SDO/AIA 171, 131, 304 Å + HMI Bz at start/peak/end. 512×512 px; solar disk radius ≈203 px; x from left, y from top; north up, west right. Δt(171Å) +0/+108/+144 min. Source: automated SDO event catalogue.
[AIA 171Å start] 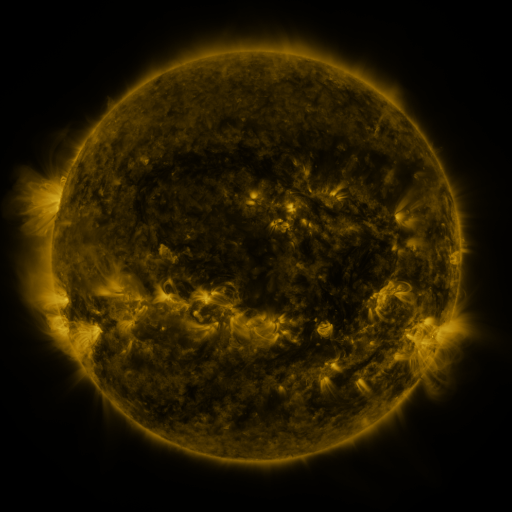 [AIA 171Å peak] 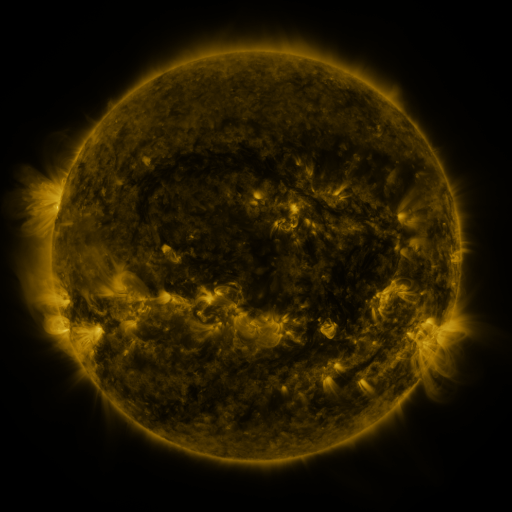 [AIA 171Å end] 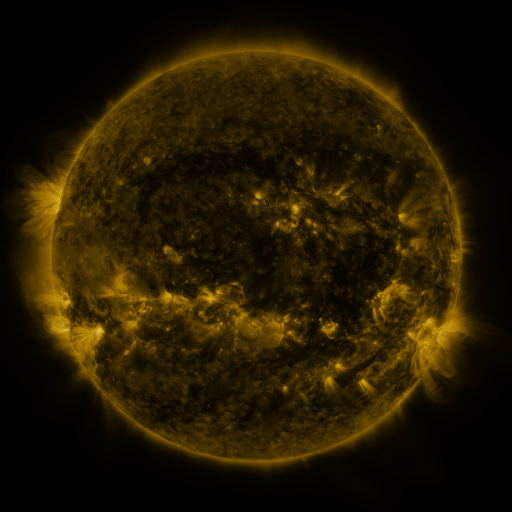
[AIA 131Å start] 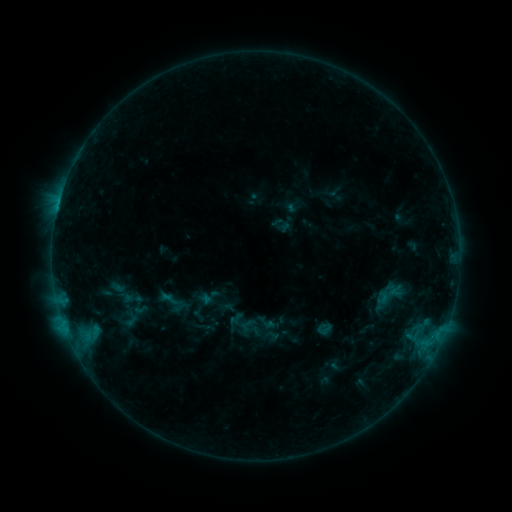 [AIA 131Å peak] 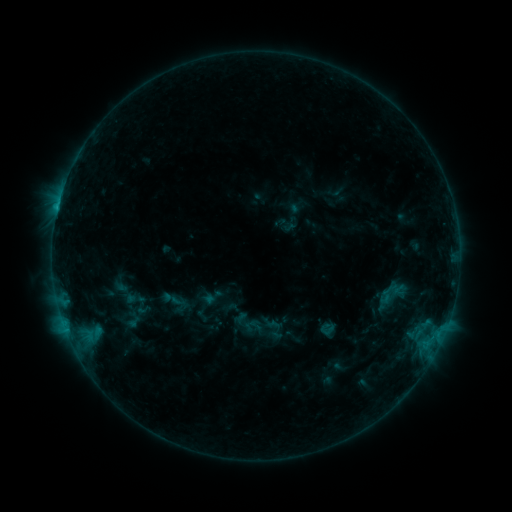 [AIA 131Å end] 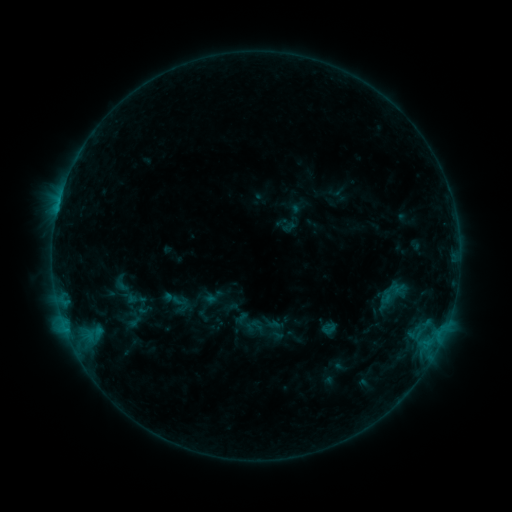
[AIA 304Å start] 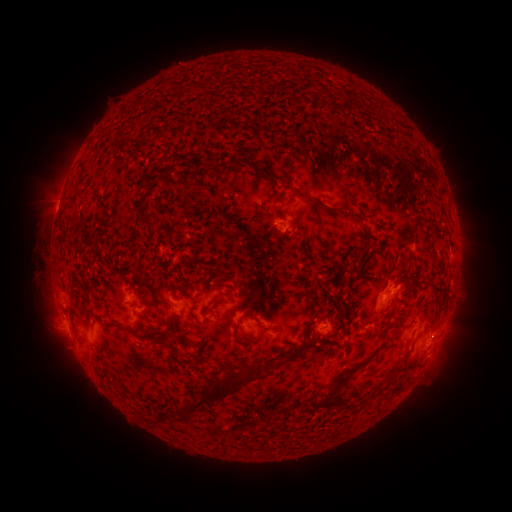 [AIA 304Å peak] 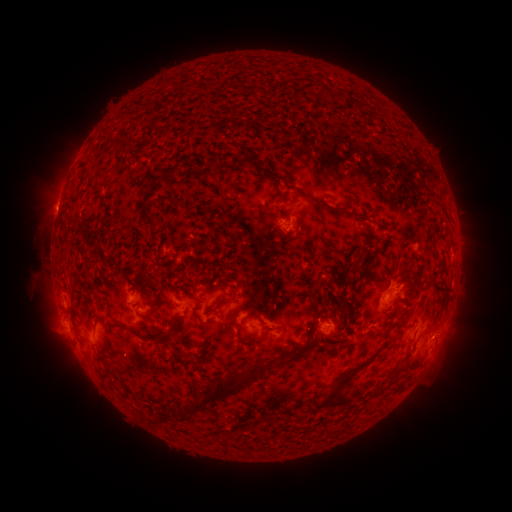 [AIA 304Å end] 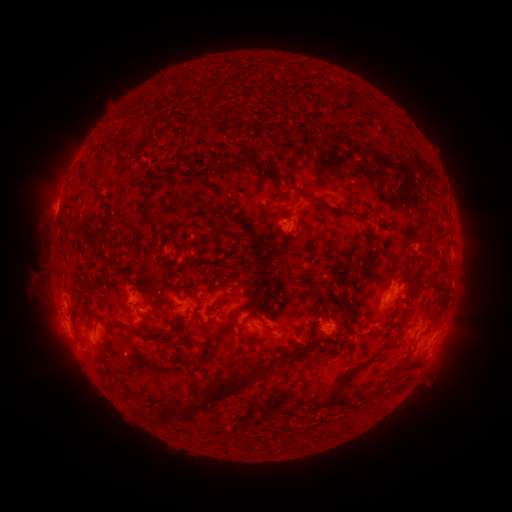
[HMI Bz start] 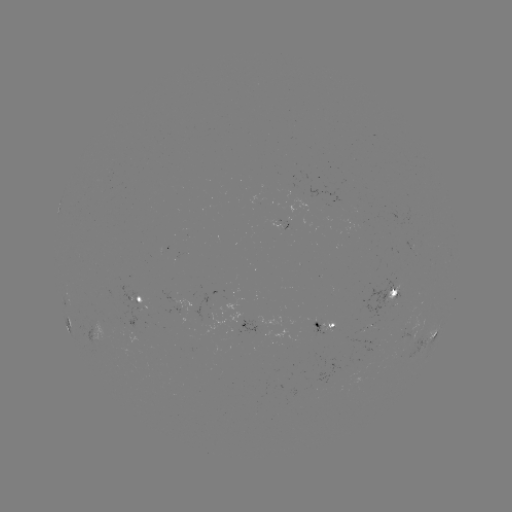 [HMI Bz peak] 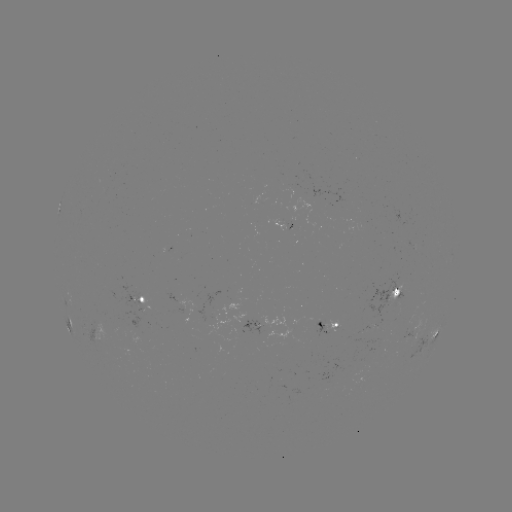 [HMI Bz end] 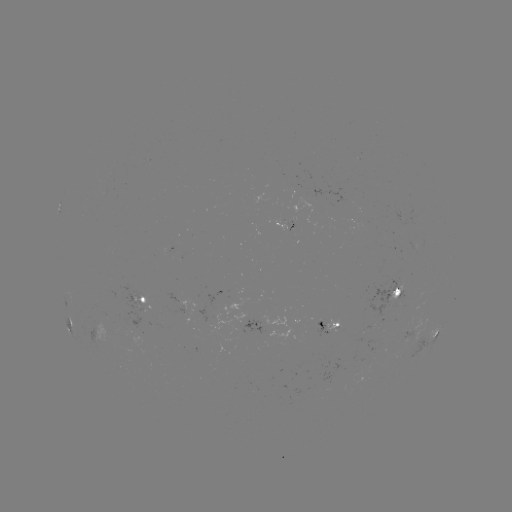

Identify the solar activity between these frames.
emerging-flux region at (397, 285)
